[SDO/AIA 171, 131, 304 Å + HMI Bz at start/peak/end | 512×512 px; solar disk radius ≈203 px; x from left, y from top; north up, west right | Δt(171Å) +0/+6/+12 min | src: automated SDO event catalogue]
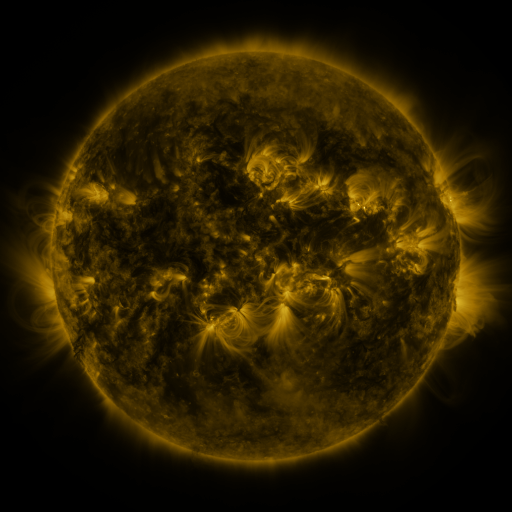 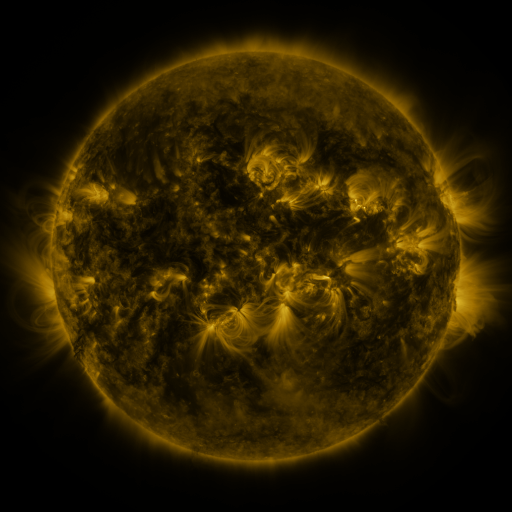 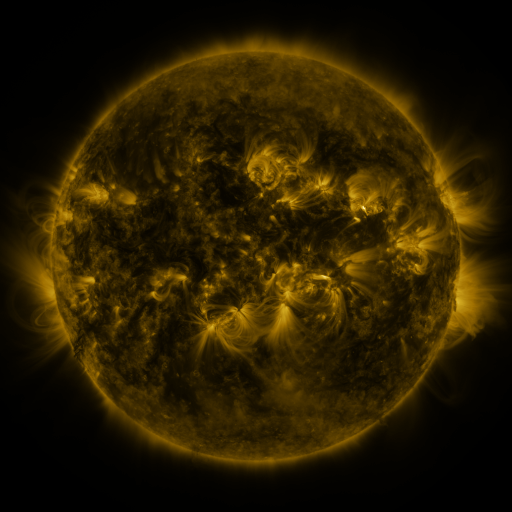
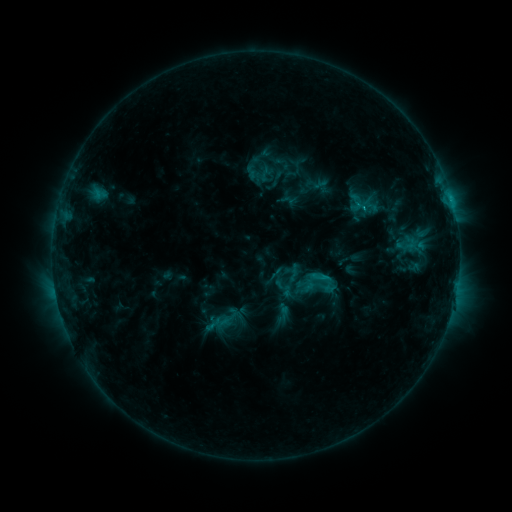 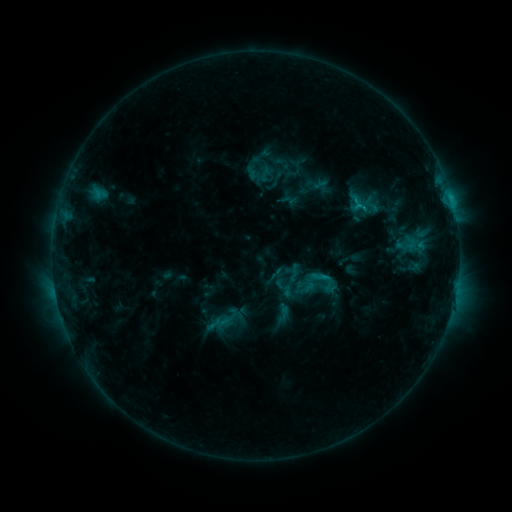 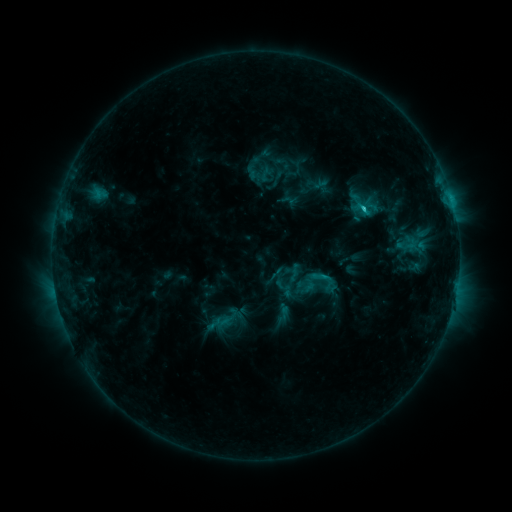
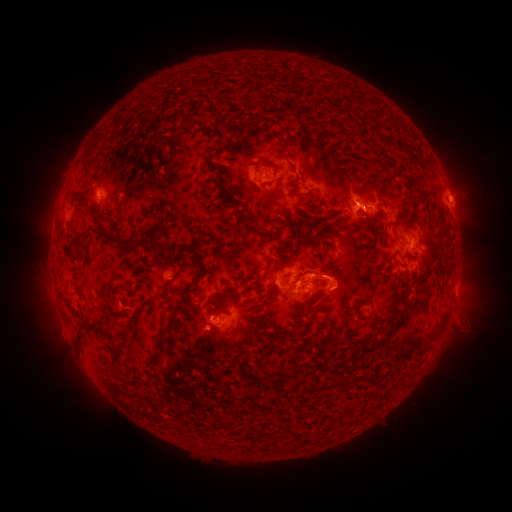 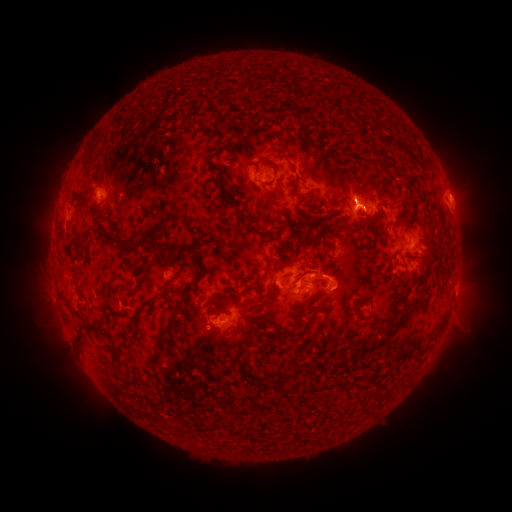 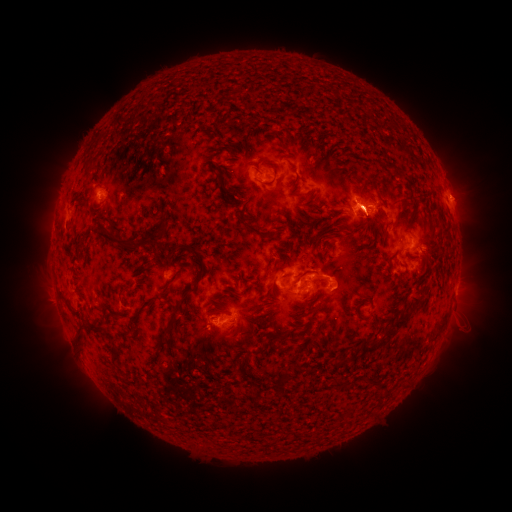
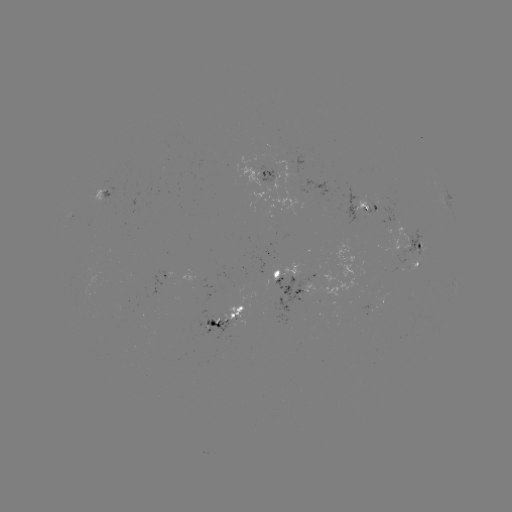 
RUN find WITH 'C2.9 flare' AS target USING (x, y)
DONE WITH (360, 209) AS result